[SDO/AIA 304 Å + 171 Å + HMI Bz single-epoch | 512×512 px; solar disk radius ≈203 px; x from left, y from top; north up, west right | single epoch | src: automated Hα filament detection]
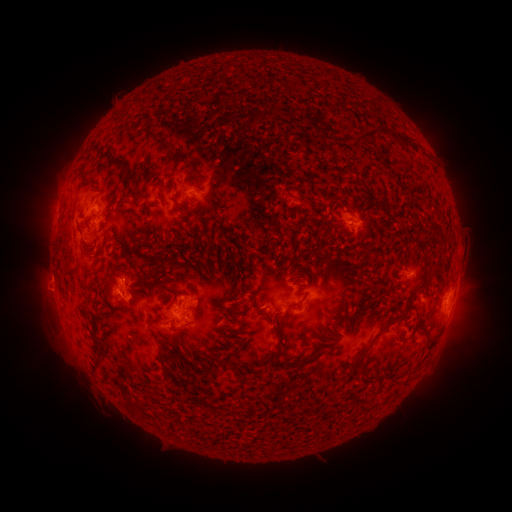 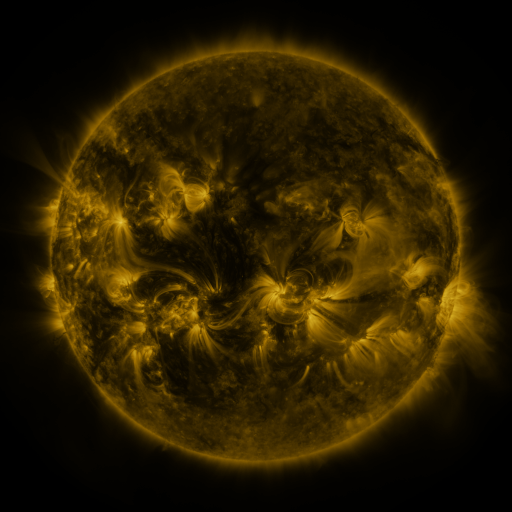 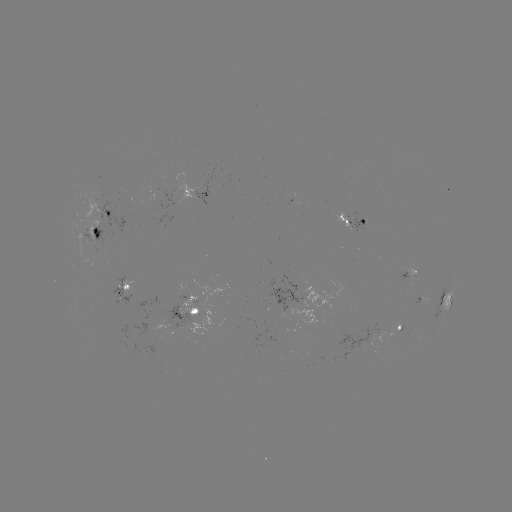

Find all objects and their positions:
filament: (276, 77, 296, 91)
filament: (363, 97, 371, 106)
filament: (312, 120, 412, 147)
filament: (149, 136, 162, 149)
filament: (87, 146, 115, 158)
filament: (111, 159, 129, 179)
filament: (183, 162, 198, 174)
filament: (76, 171, 96, 188)
filament: (194, 183, 203, 194)
filament: (126, 201, 140, 208)
filament: (158, 230, 164, 241)
filament: (84, 244, 93, 250)
filament: (92, 249, 104, 261)
filament: (143, 269, 154, 280)
filament: (419, 276, 431, 287)
filament: (79, 303, 91, 319)
filament: (148, 318, 157, 329)
filament: (273, 328, 283, 361)
filament: (358, 342, 373, 355)
filament: (299, 351, 321, 364)
